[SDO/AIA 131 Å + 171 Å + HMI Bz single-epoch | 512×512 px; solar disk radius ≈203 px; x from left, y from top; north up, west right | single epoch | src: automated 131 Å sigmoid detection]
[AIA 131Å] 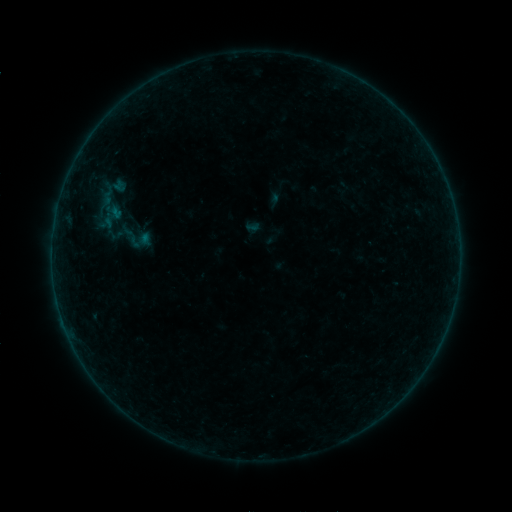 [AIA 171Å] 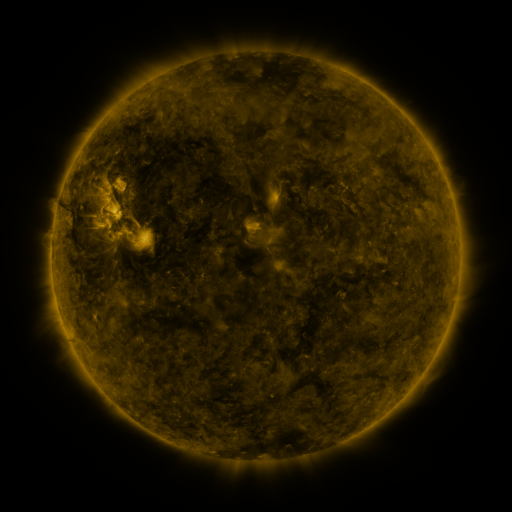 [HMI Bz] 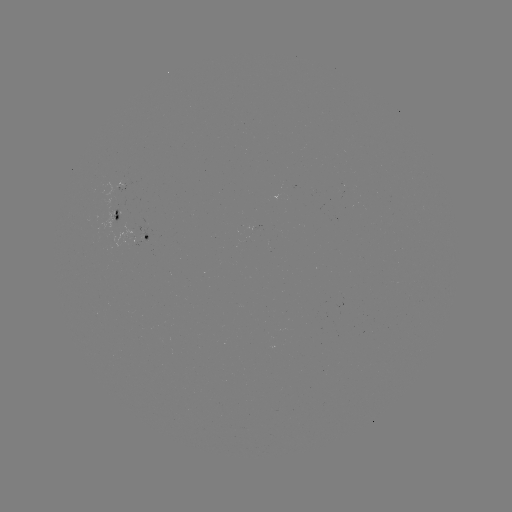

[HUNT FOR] sigmoid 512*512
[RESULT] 132,238